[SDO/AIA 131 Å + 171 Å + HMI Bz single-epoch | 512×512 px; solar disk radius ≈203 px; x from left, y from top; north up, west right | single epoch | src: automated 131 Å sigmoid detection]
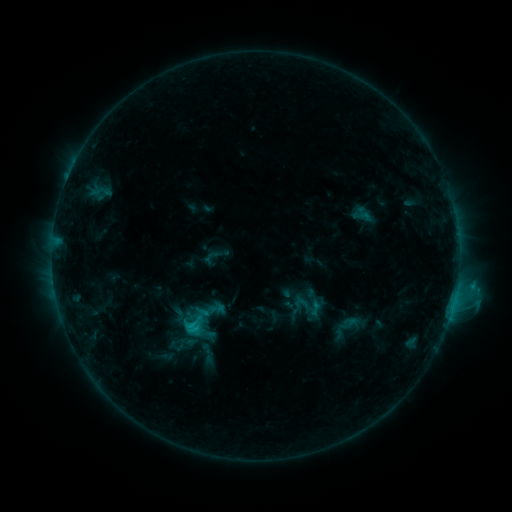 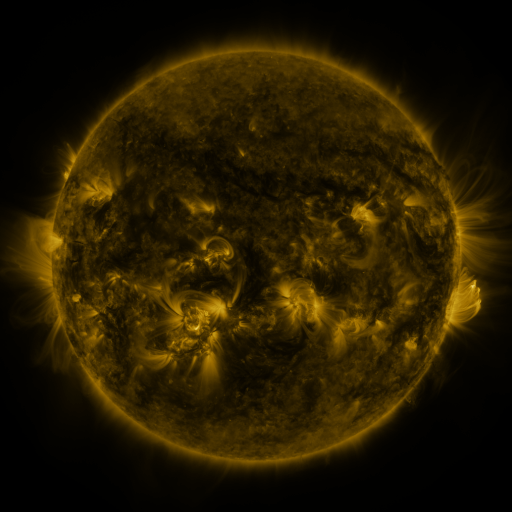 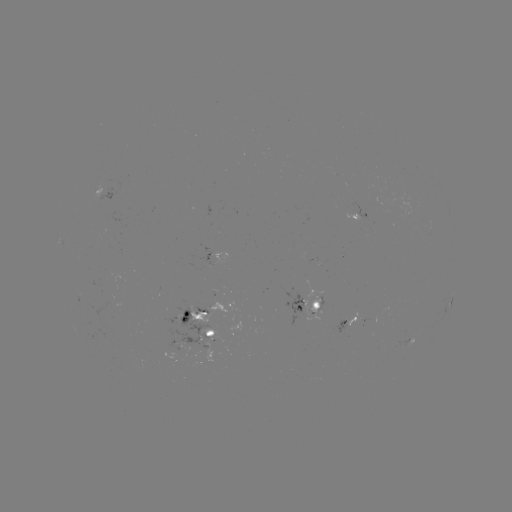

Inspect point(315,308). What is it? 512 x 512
sigmoid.